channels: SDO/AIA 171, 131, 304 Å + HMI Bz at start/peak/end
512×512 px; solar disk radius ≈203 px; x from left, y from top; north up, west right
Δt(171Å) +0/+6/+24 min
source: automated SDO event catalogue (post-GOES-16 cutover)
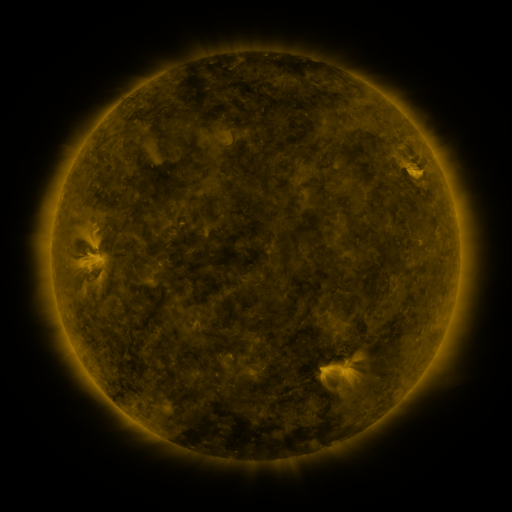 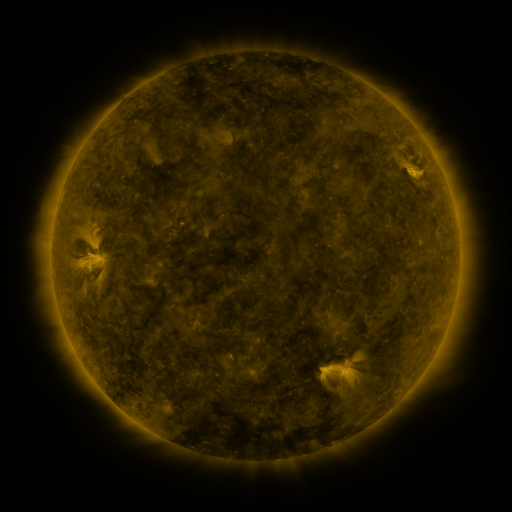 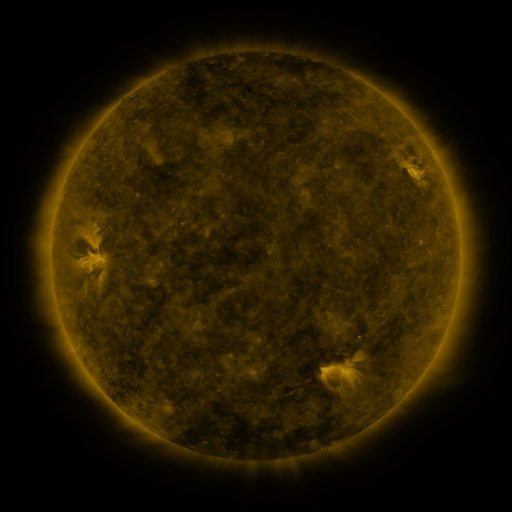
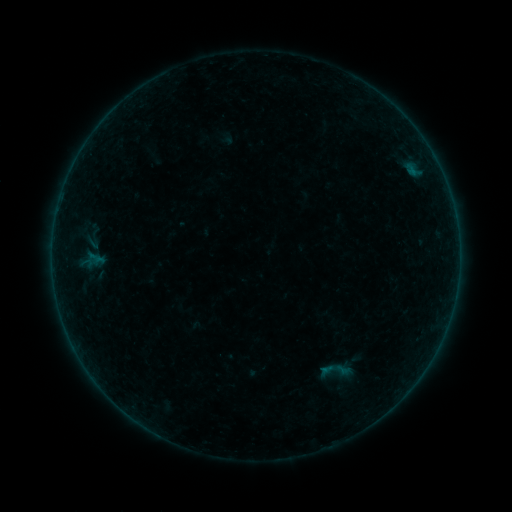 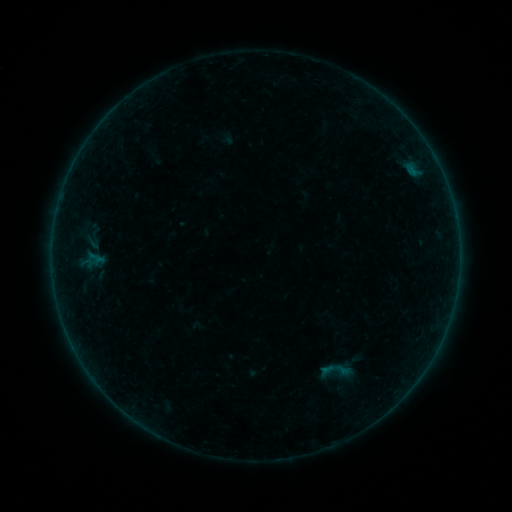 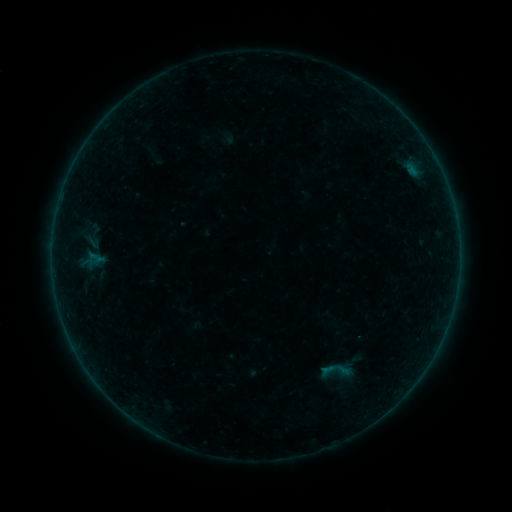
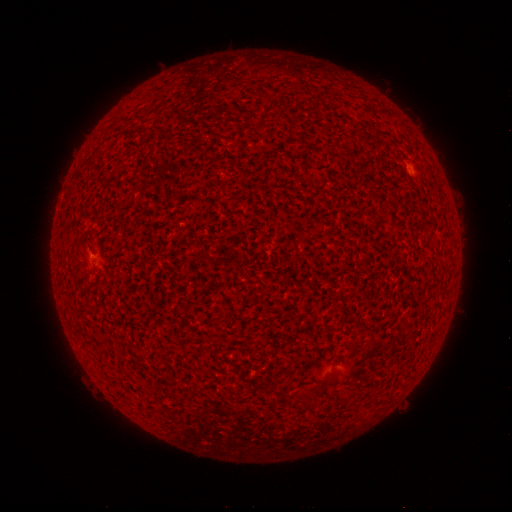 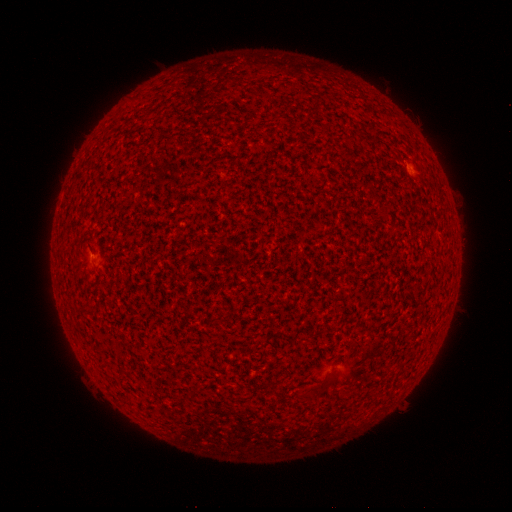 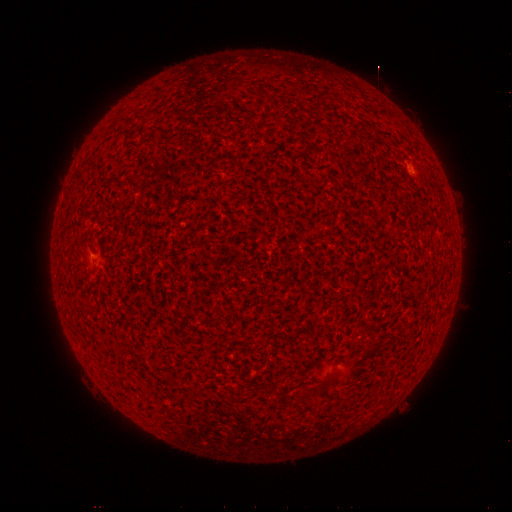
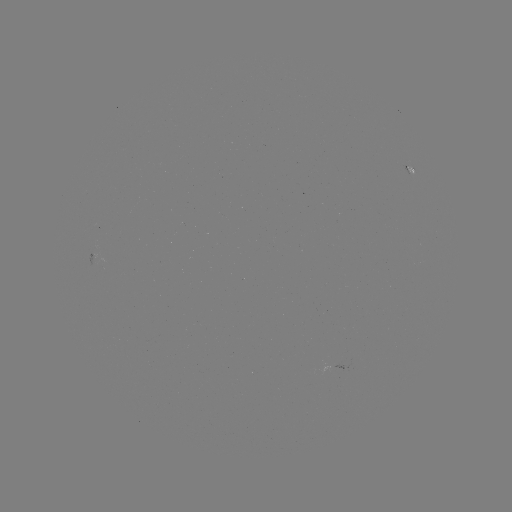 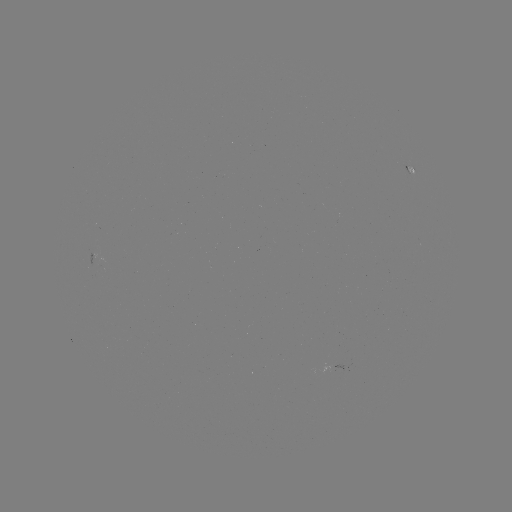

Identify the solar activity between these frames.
B1.2 flare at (412, 166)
